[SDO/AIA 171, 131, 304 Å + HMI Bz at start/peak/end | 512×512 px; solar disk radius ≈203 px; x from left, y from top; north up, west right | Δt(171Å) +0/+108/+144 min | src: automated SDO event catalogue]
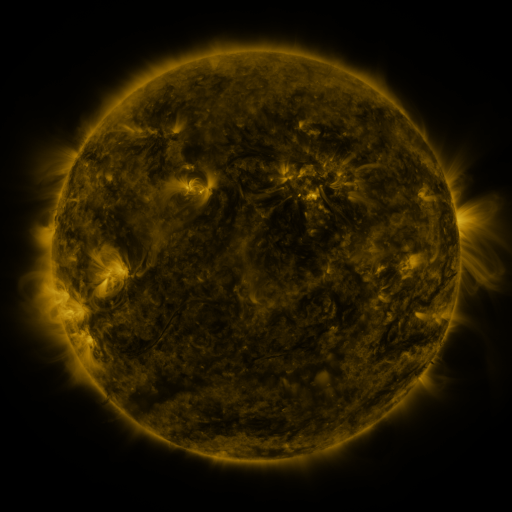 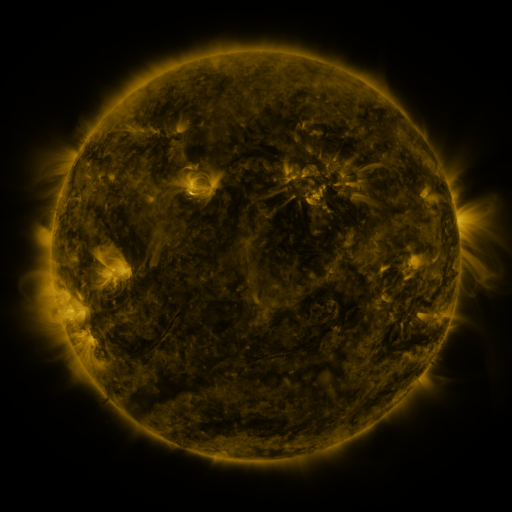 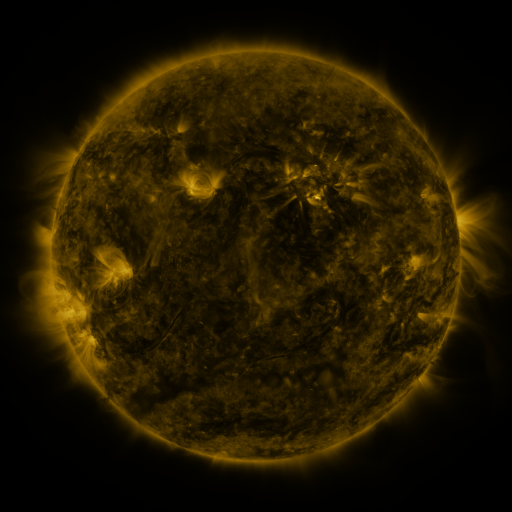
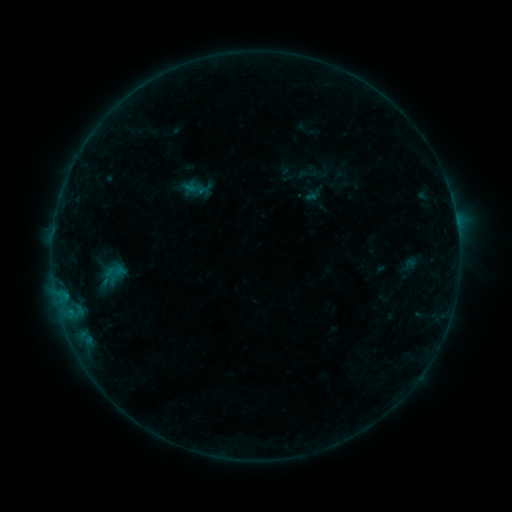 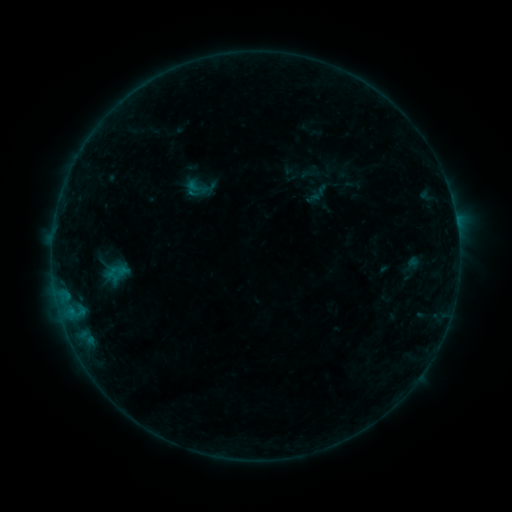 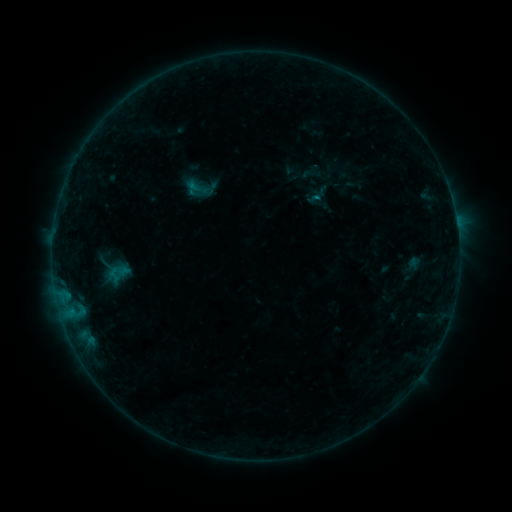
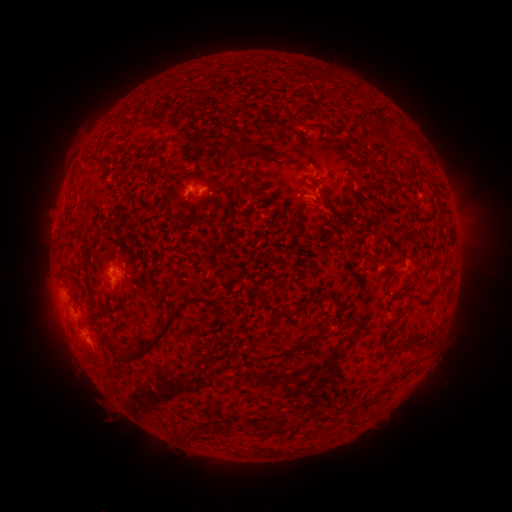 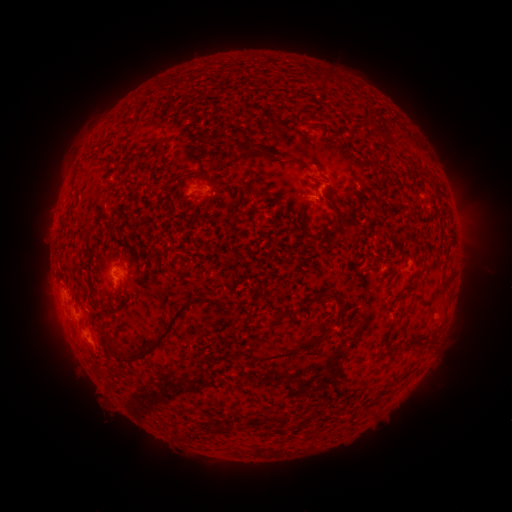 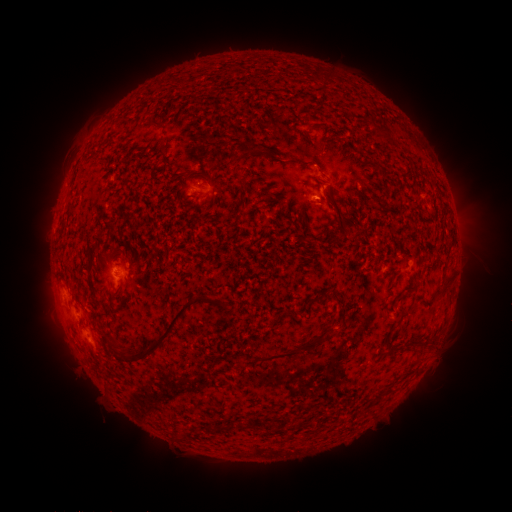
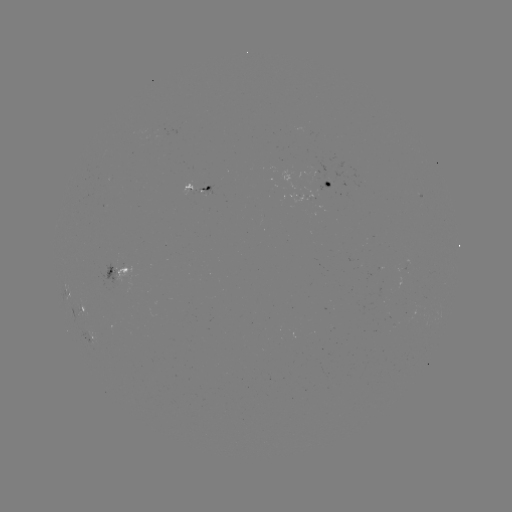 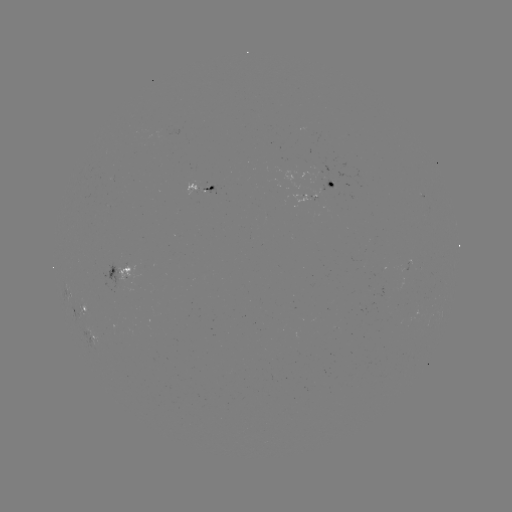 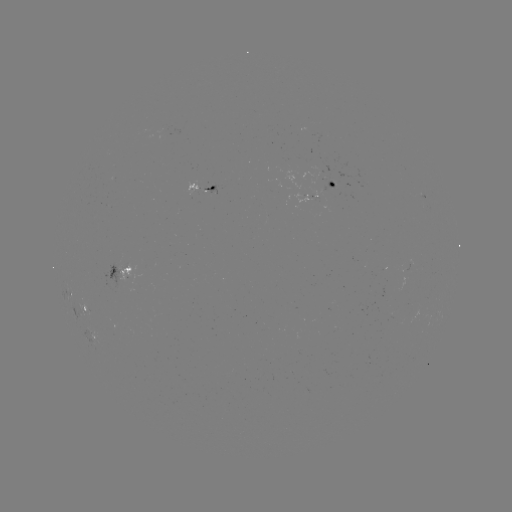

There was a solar emerging-flux region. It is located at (207, 190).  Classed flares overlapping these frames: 1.